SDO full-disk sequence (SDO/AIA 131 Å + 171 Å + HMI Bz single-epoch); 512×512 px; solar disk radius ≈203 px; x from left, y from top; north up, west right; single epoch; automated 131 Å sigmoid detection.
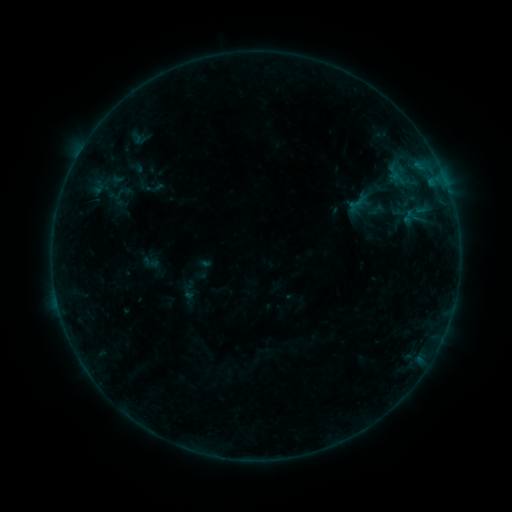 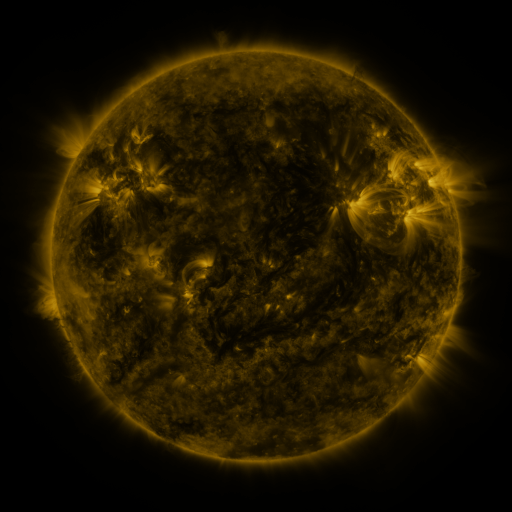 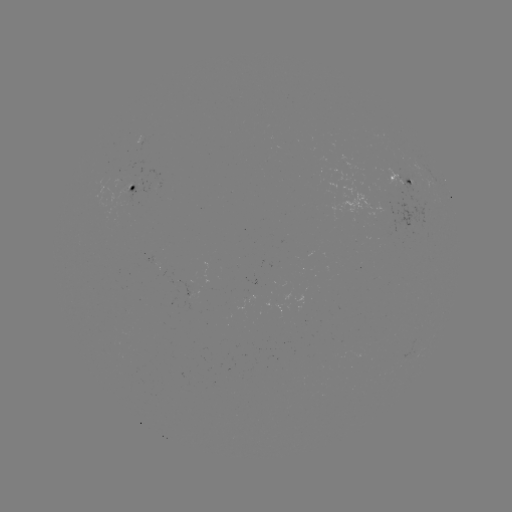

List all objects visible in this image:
sigmoid: (394, 173)
